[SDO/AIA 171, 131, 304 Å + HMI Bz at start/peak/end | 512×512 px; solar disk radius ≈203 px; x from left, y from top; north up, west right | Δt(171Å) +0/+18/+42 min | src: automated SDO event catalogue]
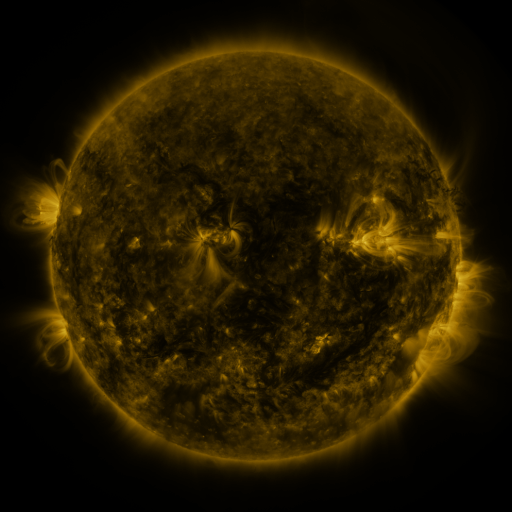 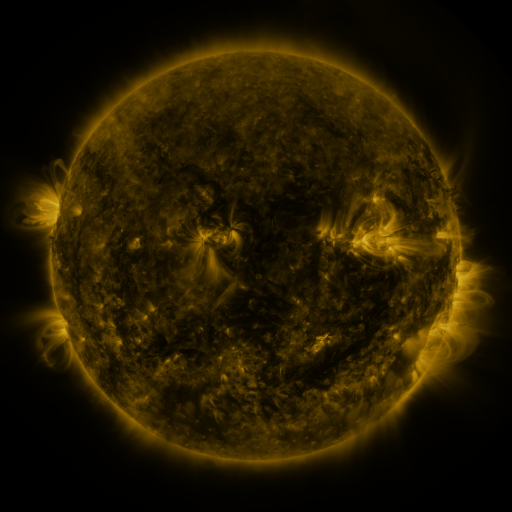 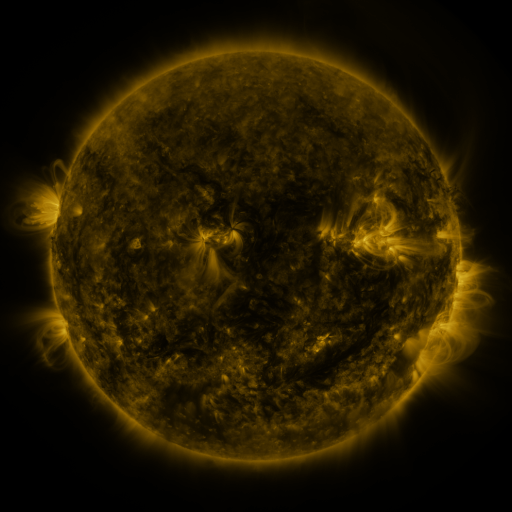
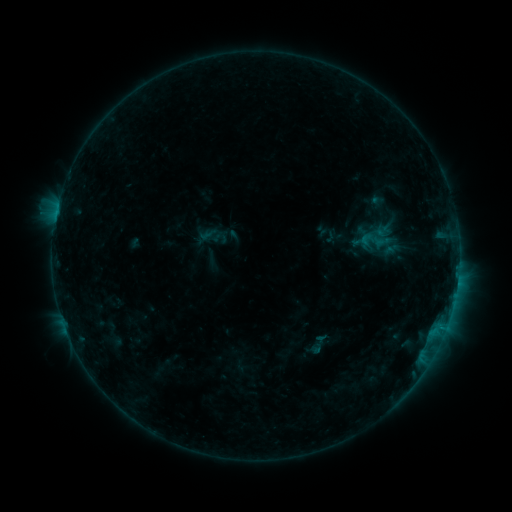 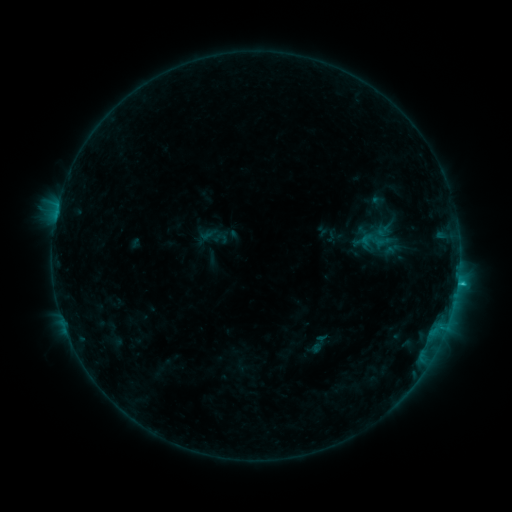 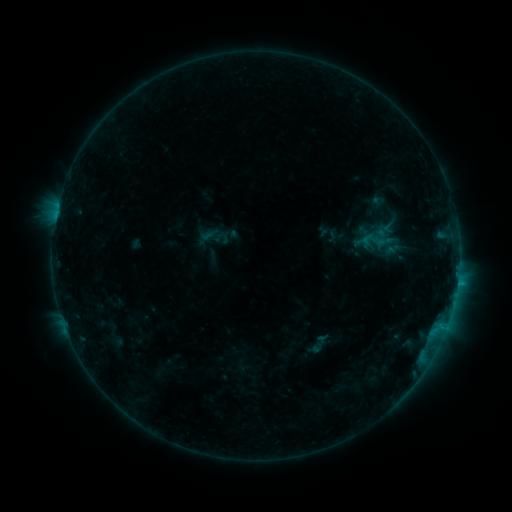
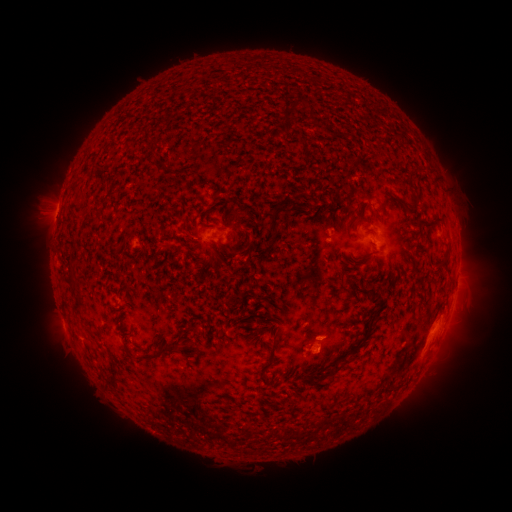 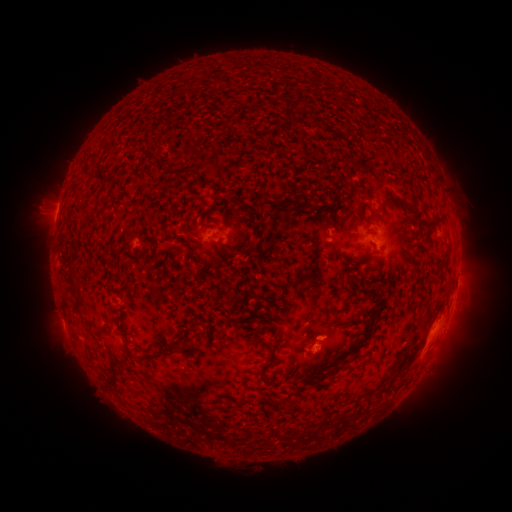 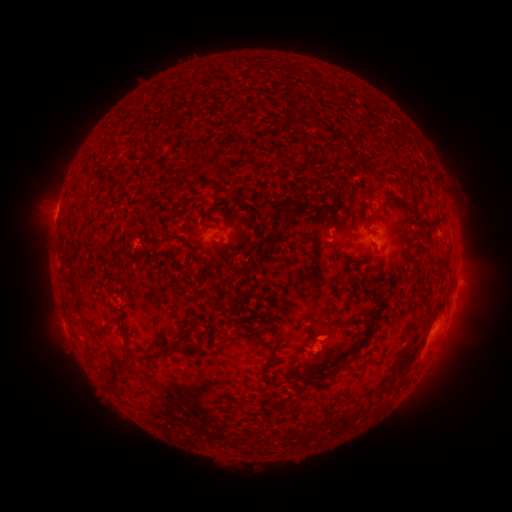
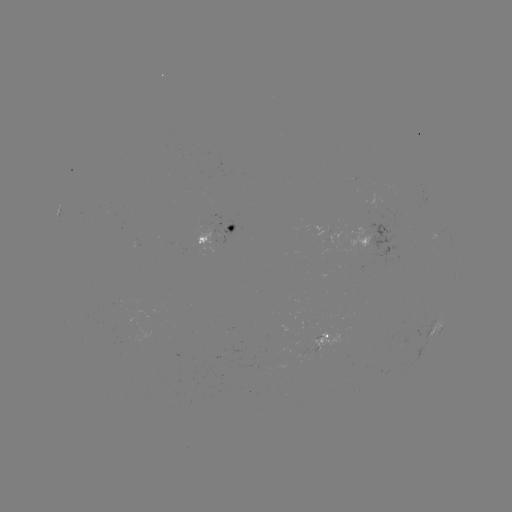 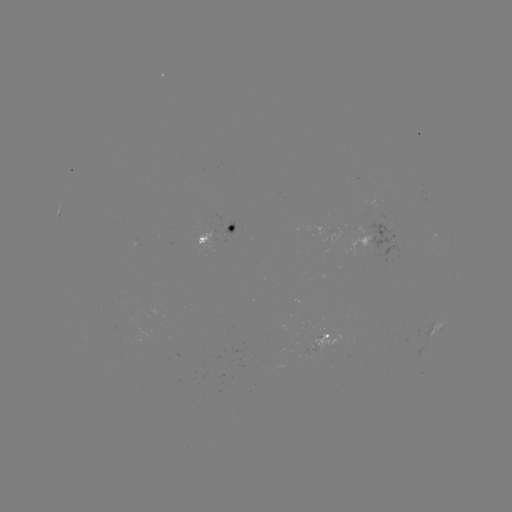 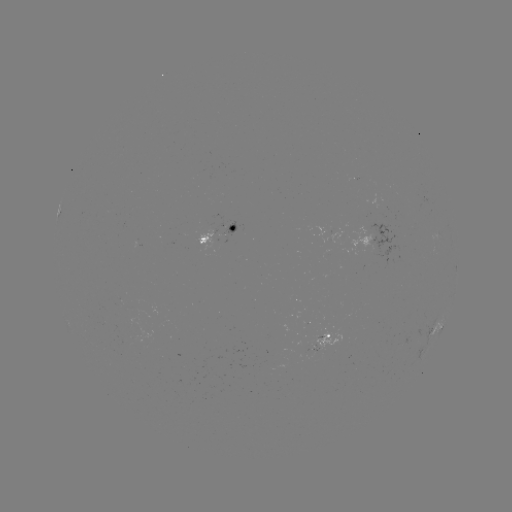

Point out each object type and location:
B8.3 flare: (457, 281)
